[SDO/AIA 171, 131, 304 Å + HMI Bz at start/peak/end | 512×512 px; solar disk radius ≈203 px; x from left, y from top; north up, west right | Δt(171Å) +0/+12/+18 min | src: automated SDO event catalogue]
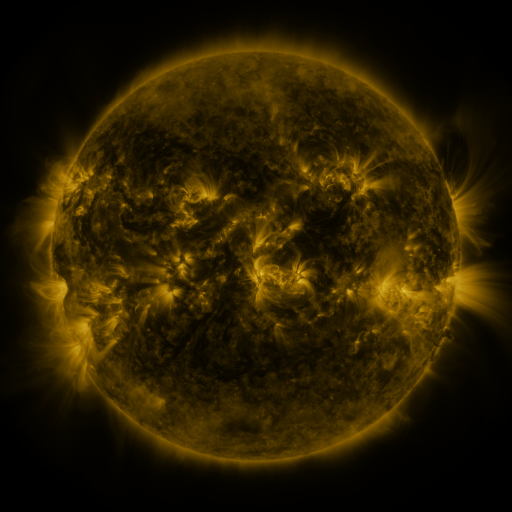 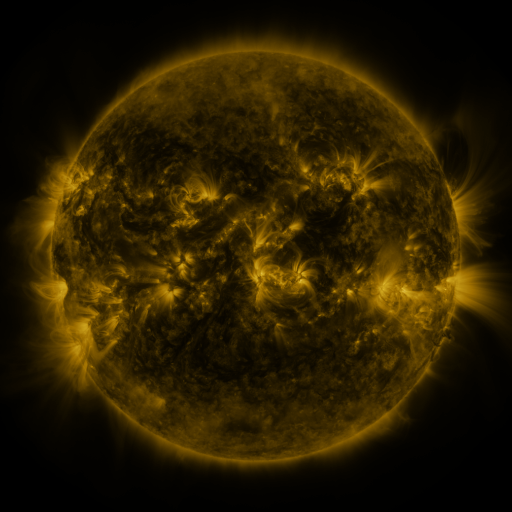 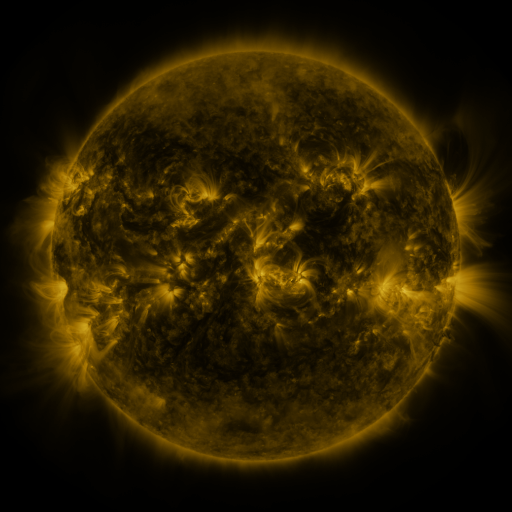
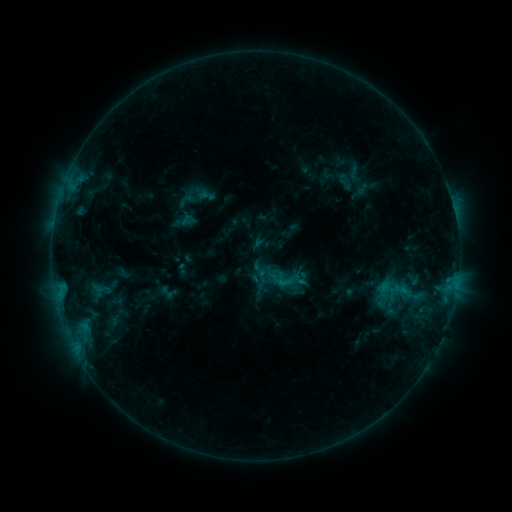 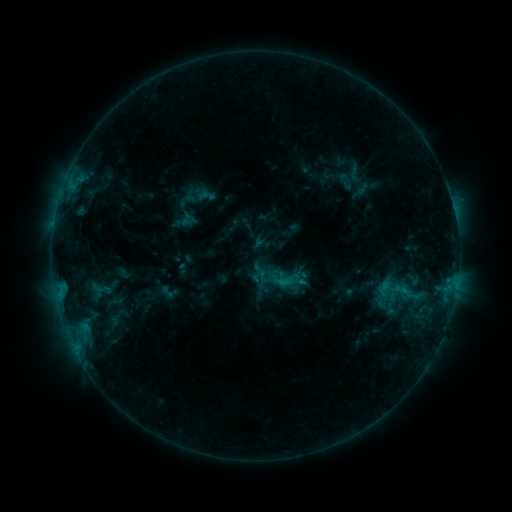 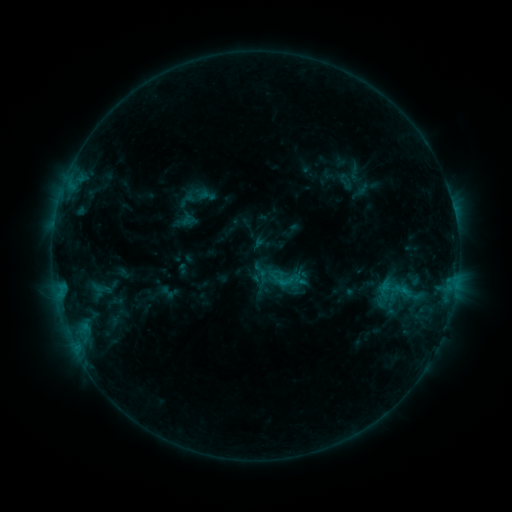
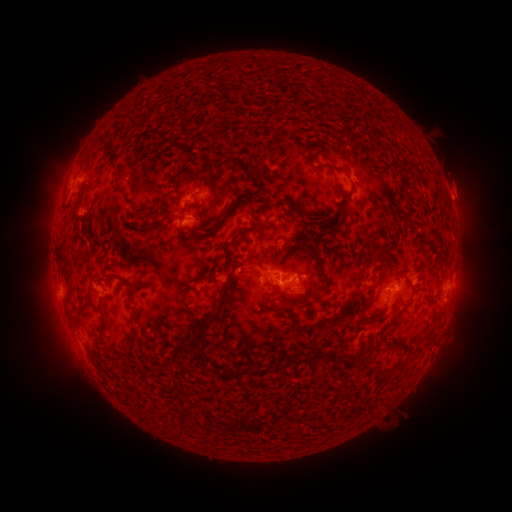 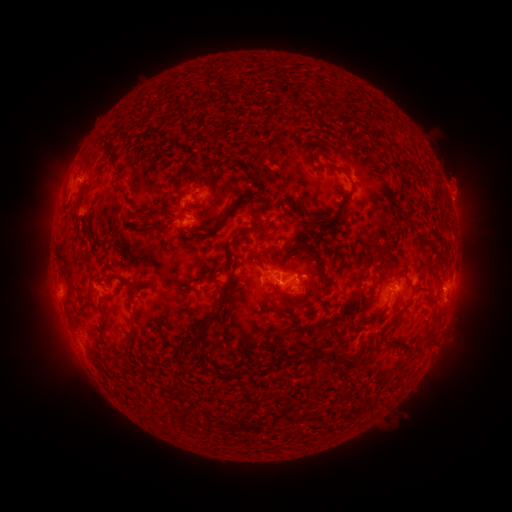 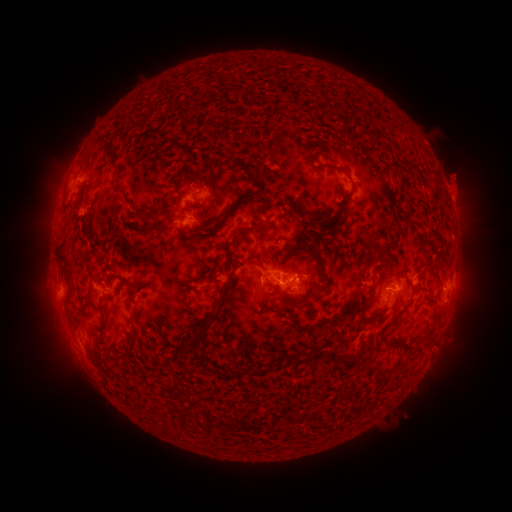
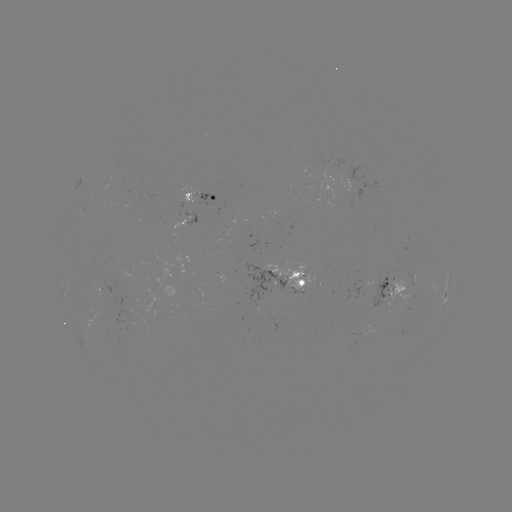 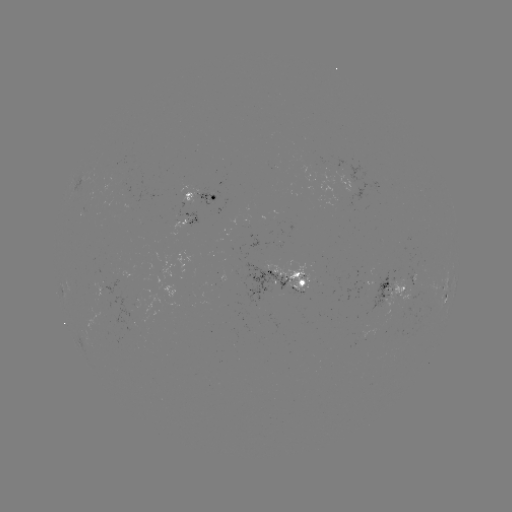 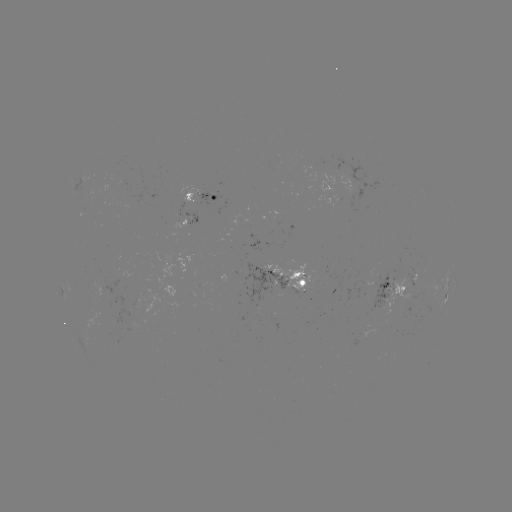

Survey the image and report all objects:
eruption: (459, 180)
